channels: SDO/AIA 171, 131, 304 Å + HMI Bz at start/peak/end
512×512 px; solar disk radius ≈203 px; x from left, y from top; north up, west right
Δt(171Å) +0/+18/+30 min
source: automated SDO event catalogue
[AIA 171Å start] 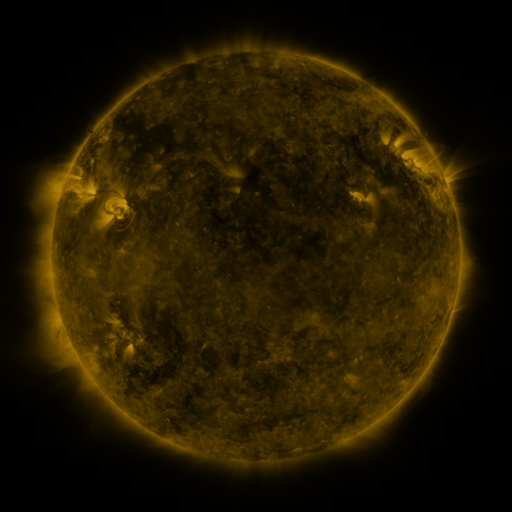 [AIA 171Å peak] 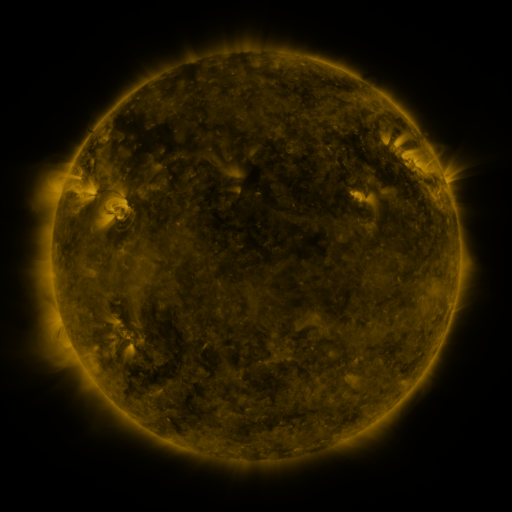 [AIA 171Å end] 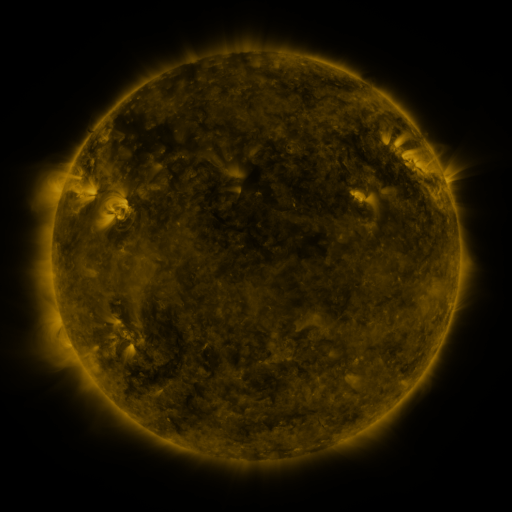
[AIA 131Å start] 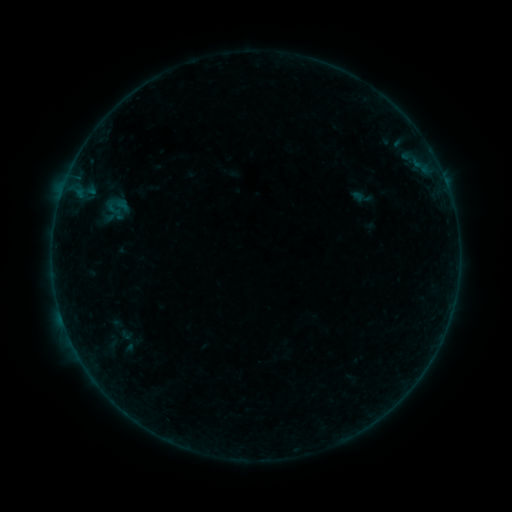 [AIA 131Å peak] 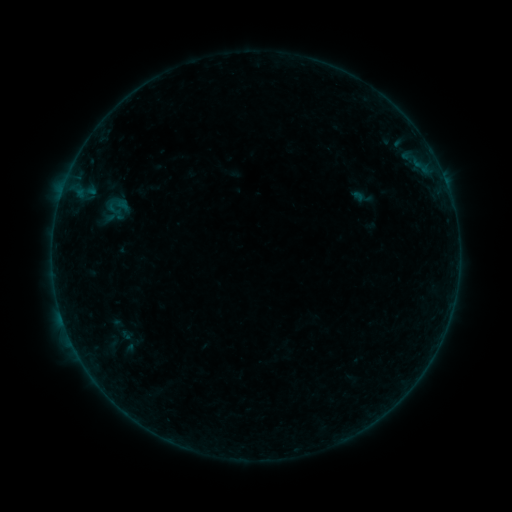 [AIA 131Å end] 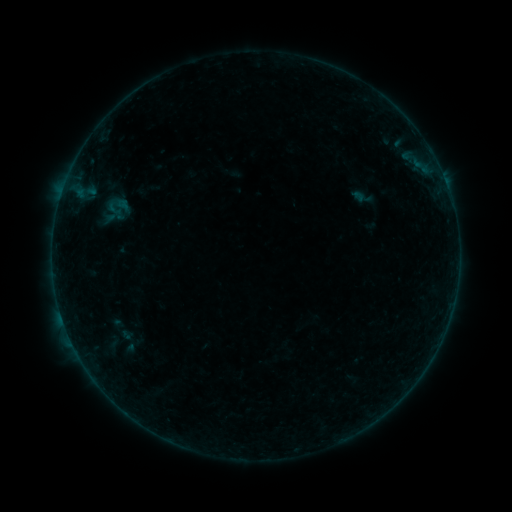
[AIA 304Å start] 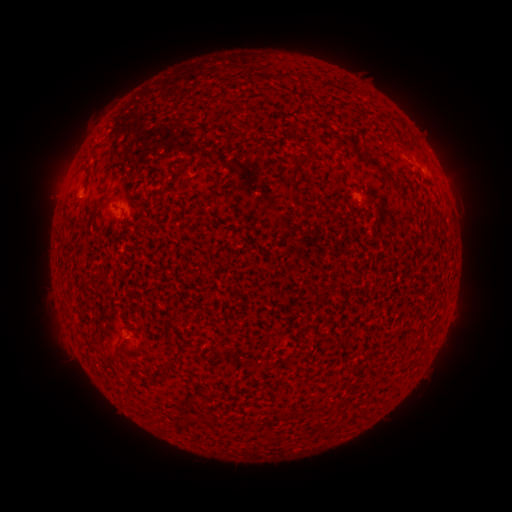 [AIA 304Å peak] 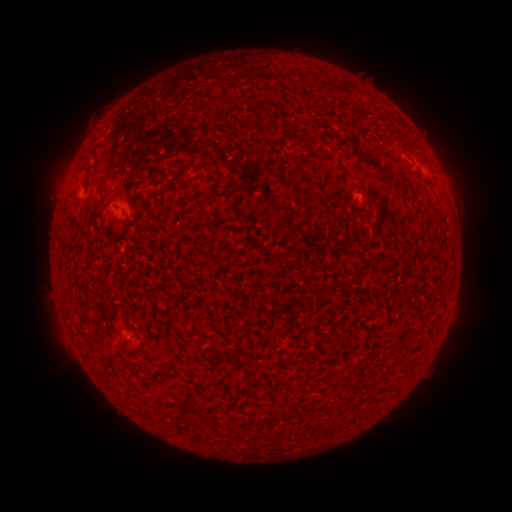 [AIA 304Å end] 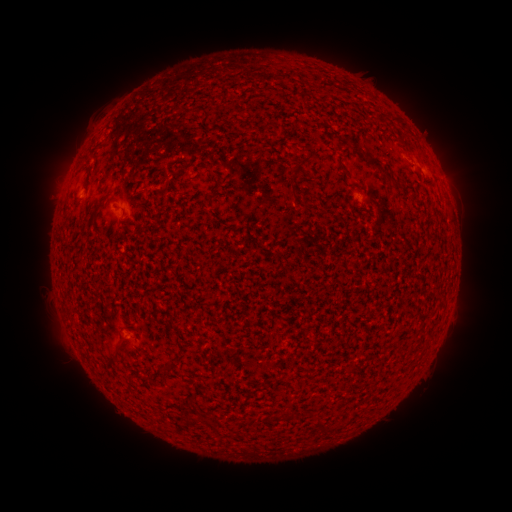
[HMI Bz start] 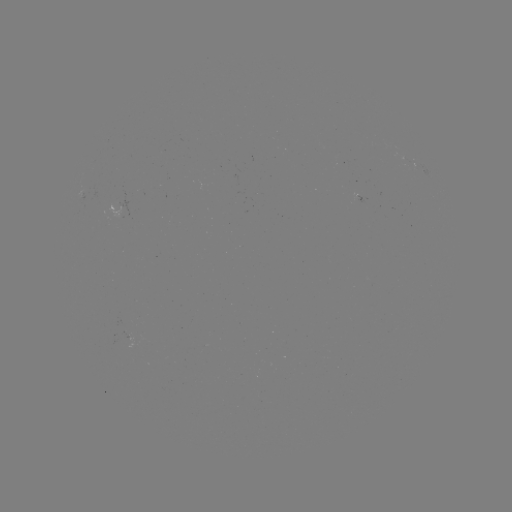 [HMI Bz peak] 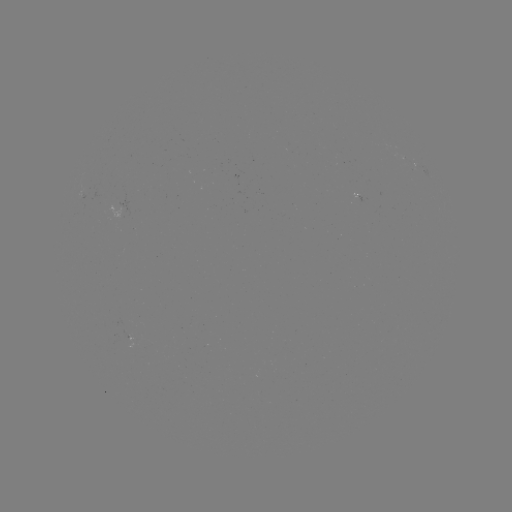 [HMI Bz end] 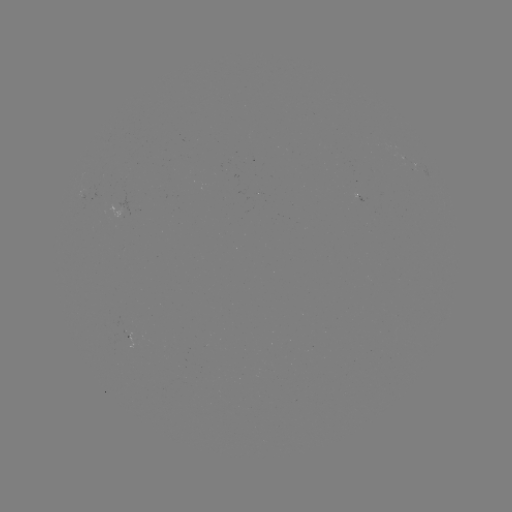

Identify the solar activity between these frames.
nothing was catalogued: no classed flare, no EUV trigger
